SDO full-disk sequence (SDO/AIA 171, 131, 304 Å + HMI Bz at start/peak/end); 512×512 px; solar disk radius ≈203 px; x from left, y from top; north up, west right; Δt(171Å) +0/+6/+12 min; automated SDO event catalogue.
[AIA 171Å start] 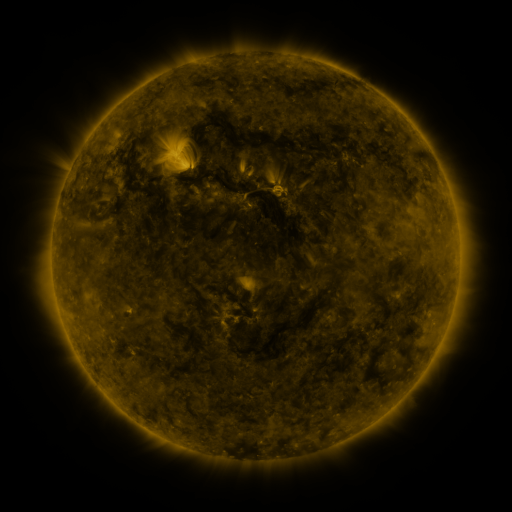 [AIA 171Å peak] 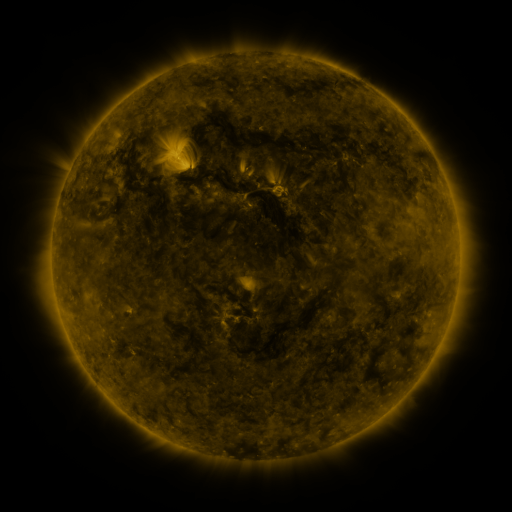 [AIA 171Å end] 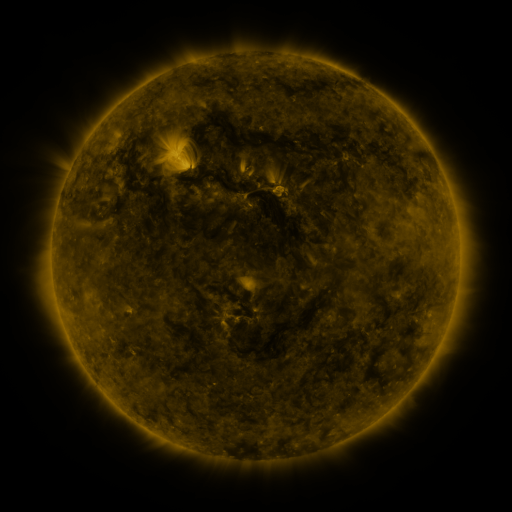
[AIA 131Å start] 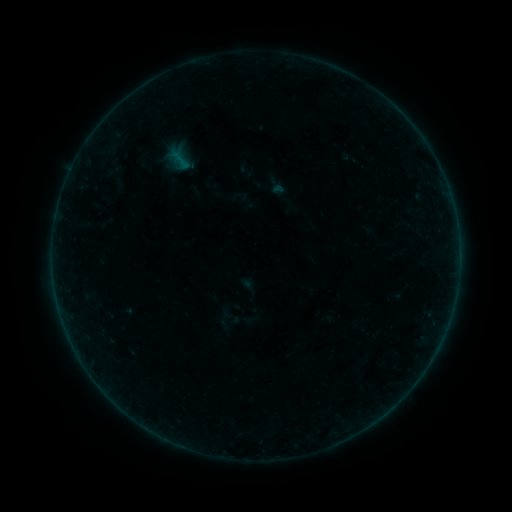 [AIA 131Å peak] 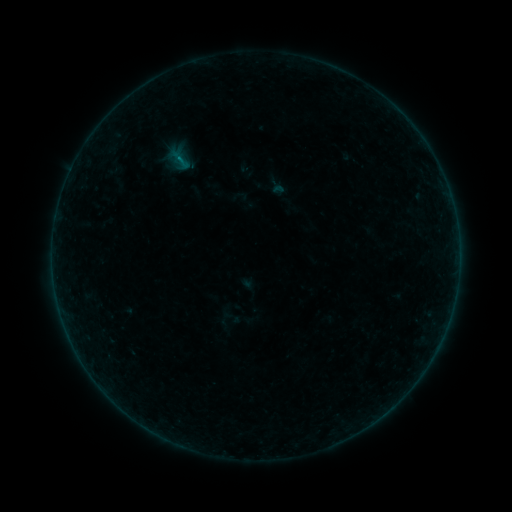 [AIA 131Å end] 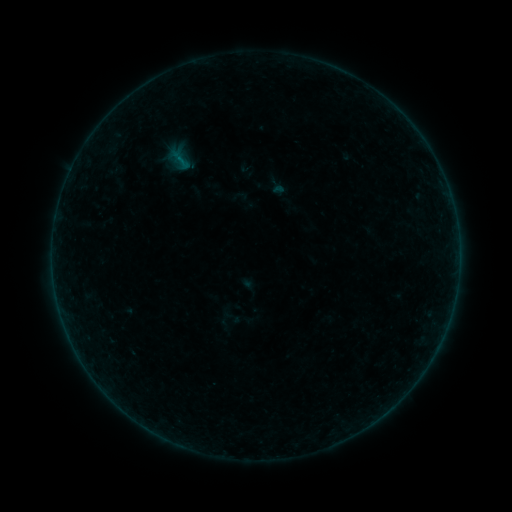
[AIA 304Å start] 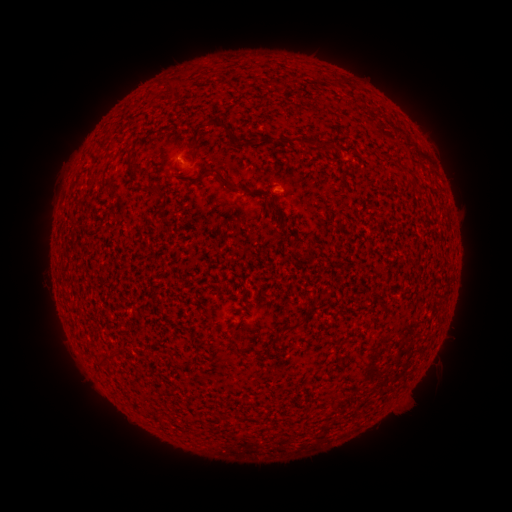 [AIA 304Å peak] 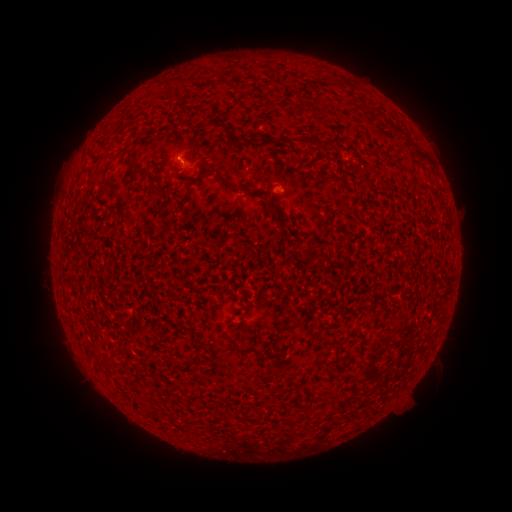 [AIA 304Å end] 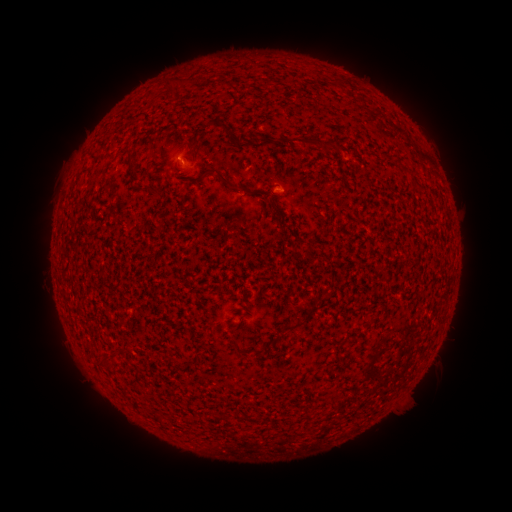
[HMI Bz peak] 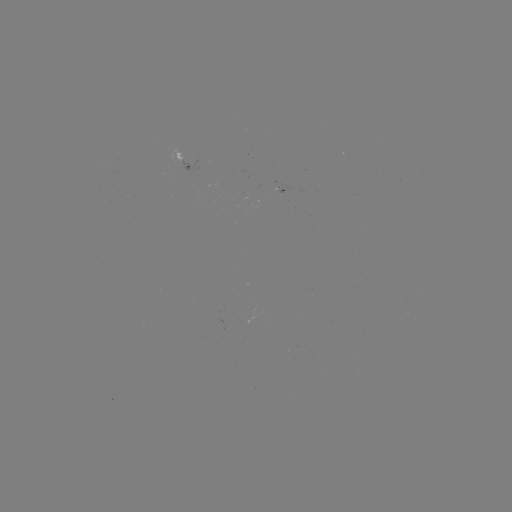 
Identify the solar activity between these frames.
B1.1 flare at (180, 161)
